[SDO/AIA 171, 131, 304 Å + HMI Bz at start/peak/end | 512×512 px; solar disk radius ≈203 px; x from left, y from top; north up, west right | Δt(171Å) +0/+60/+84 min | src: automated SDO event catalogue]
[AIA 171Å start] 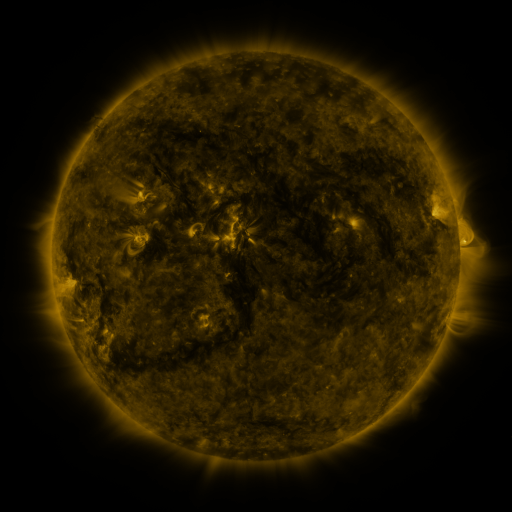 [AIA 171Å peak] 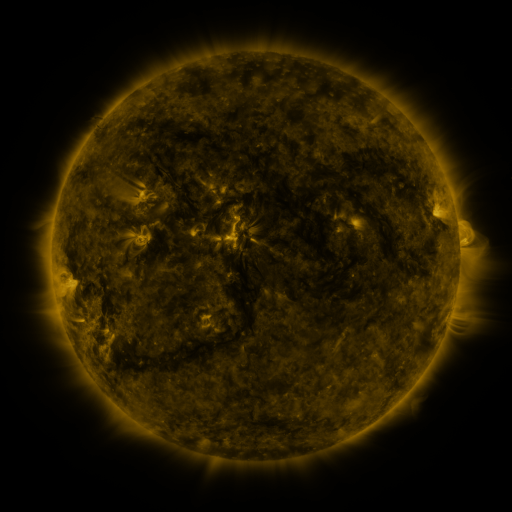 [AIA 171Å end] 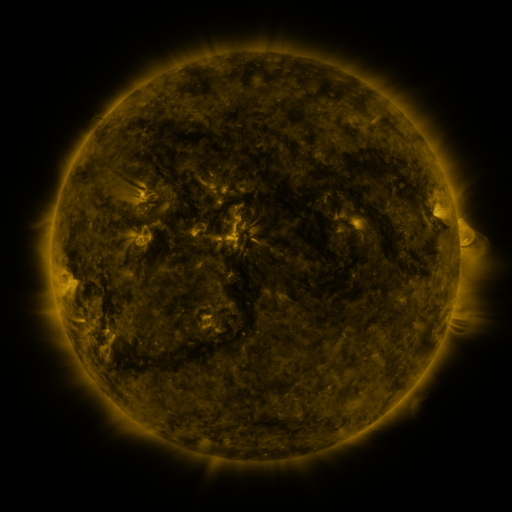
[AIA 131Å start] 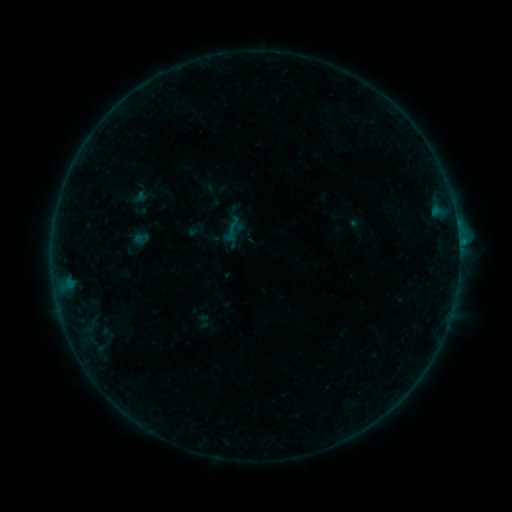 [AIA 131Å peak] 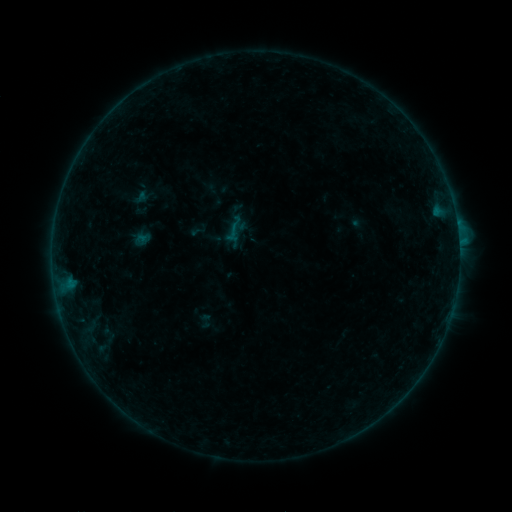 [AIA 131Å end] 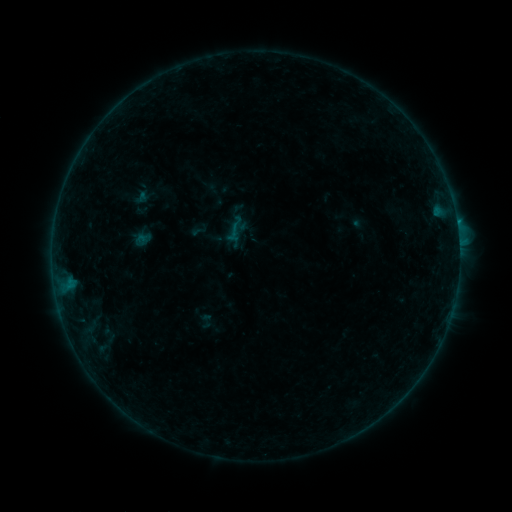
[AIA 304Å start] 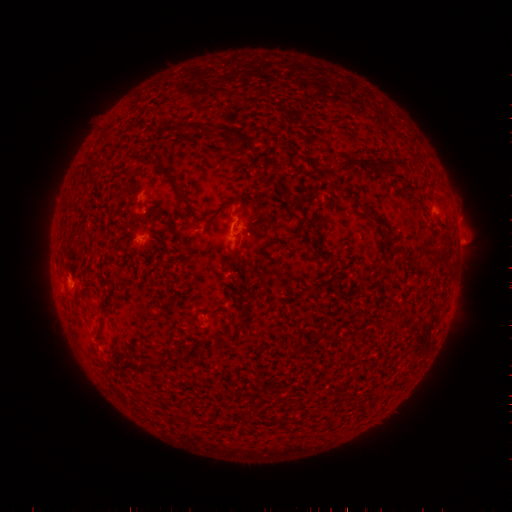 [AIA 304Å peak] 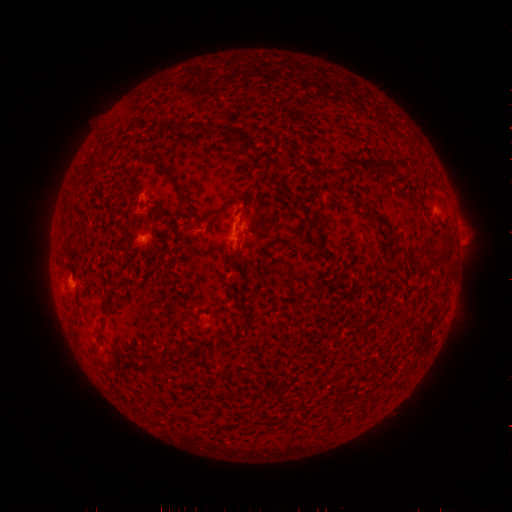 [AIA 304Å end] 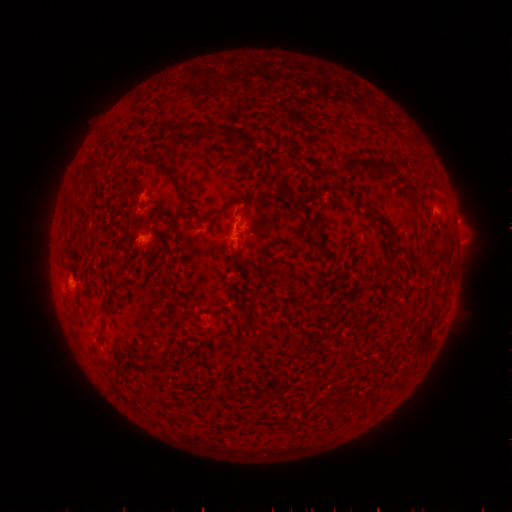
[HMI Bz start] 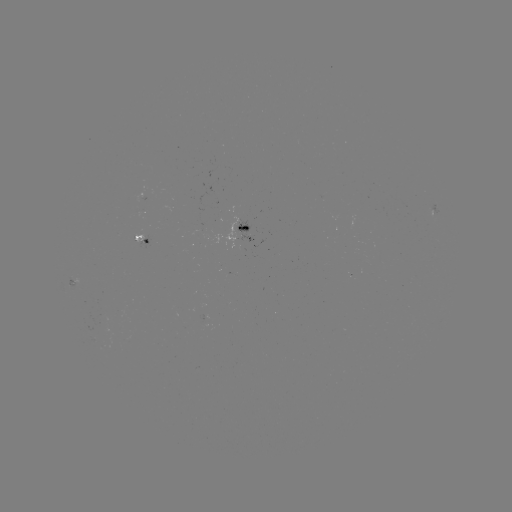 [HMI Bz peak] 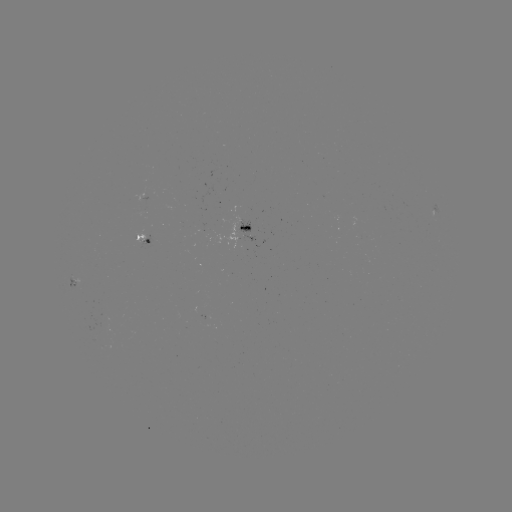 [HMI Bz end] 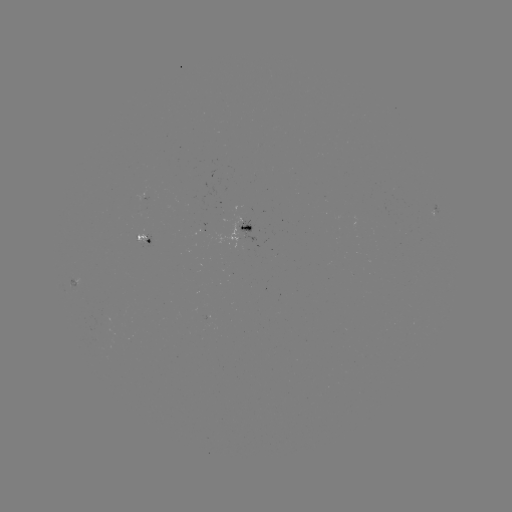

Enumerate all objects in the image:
emerging-flux region: (147, 191)
